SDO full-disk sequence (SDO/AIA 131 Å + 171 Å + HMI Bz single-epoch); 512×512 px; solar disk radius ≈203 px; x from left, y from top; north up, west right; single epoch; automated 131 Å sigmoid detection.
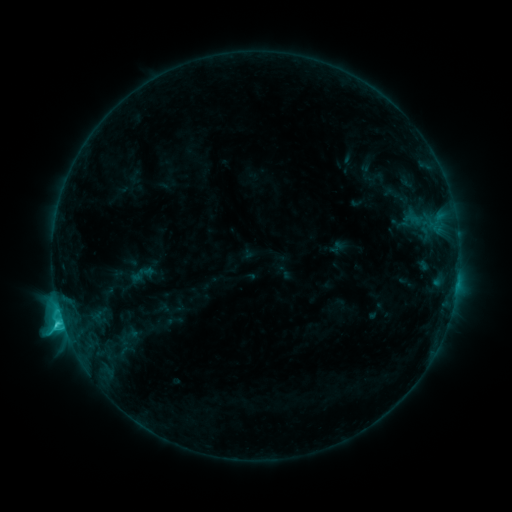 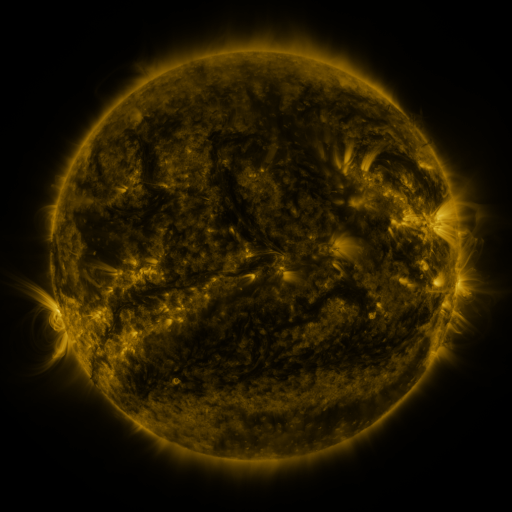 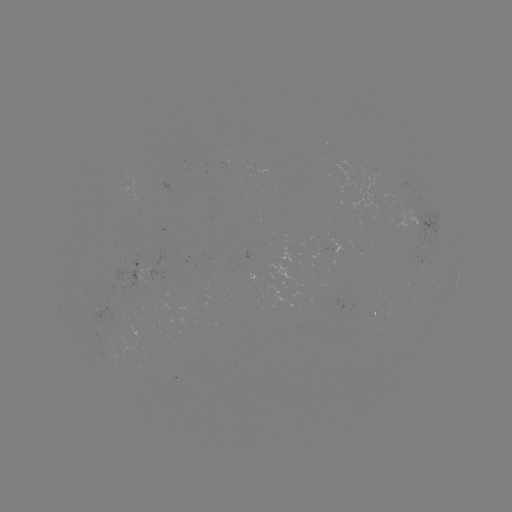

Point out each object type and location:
sigmoid: [124, 259, 160, 290]
